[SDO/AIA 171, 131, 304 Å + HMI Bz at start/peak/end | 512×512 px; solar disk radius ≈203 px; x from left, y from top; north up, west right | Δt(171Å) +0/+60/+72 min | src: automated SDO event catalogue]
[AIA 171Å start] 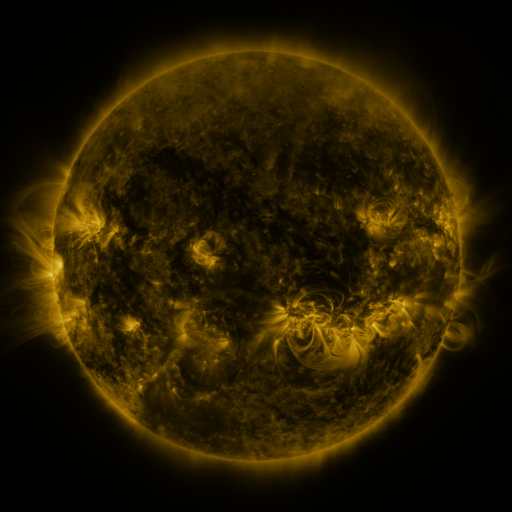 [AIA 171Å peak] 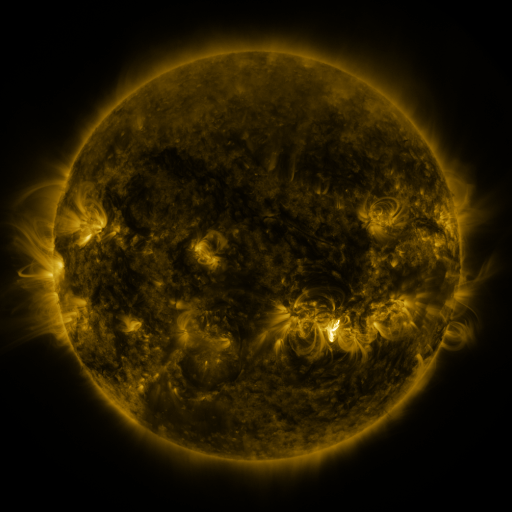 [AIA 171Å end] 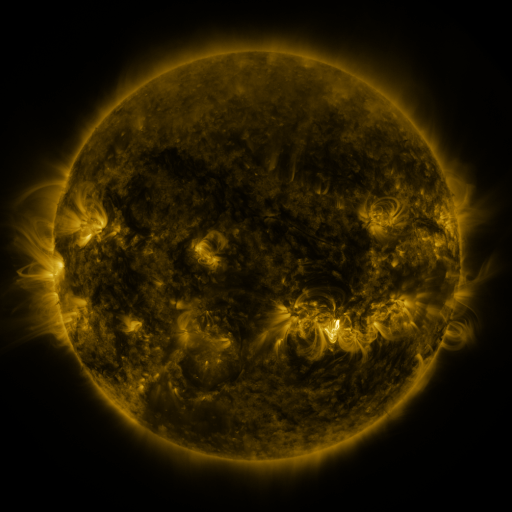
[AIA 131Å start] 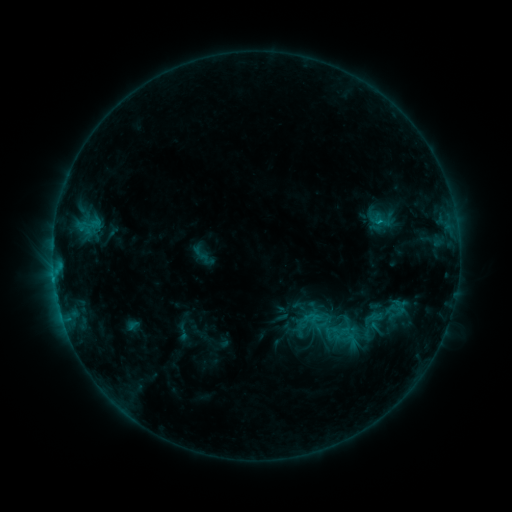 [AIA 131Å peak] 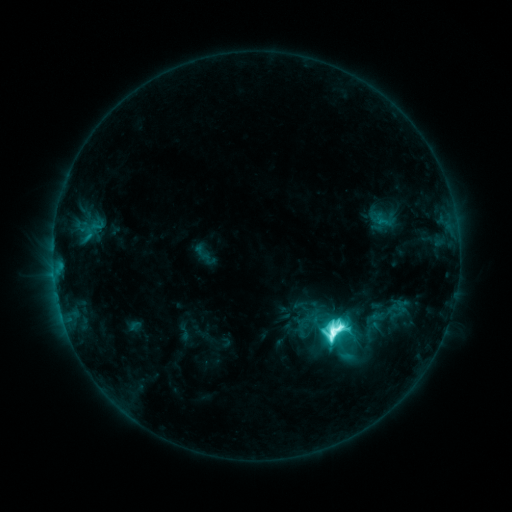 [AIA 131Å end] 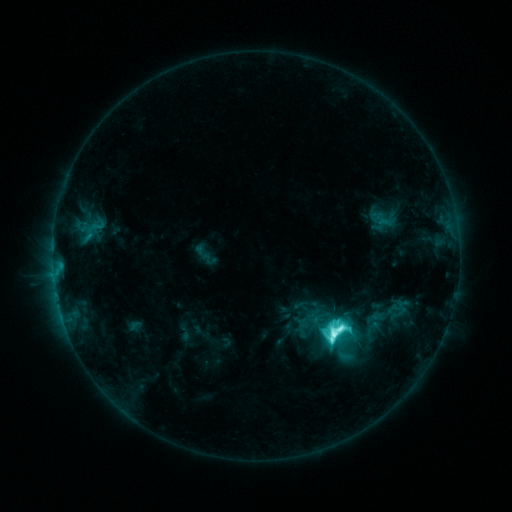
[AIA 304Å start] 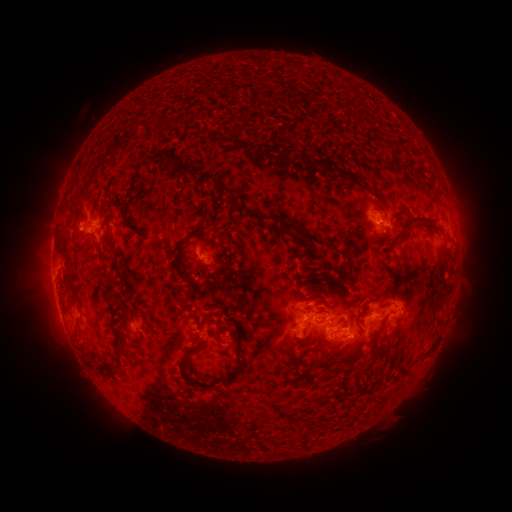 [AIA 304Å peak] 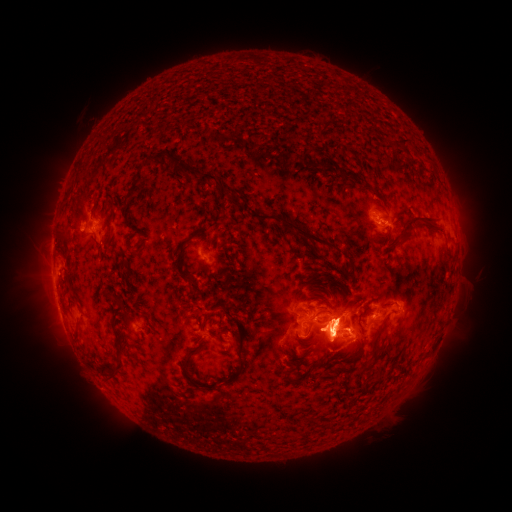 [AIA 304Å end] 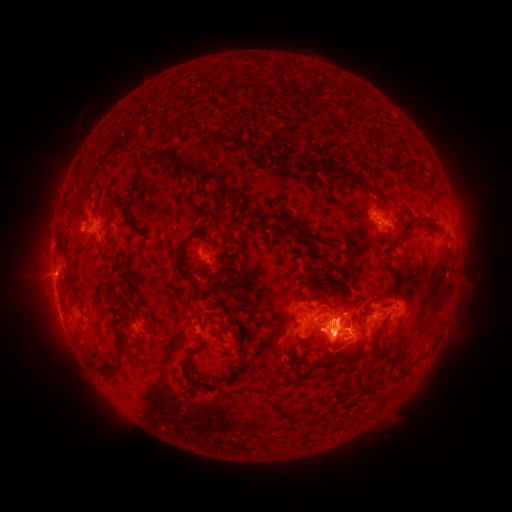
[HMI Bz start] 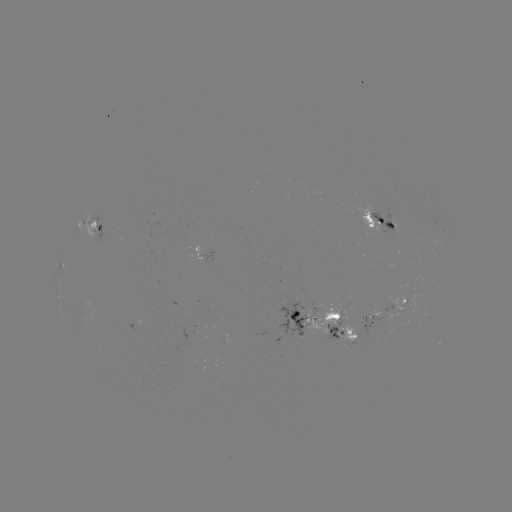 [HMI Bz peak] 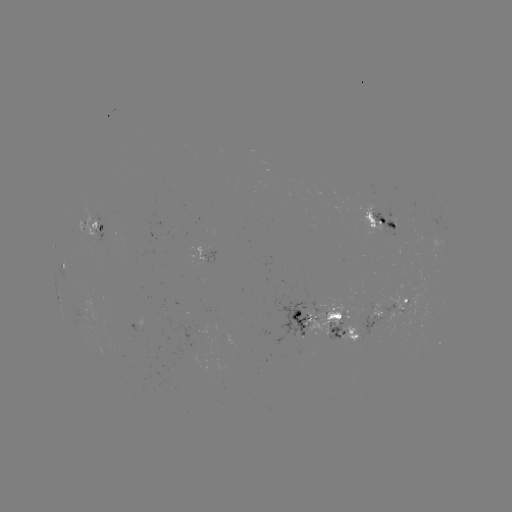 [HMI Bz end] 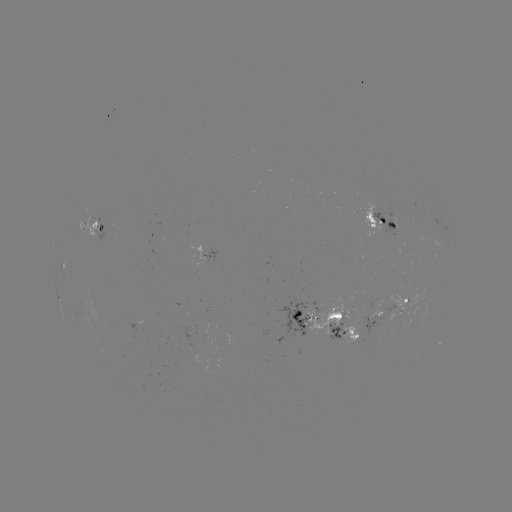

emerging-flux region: <bbox>369, 207, 401, 238</bbox>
